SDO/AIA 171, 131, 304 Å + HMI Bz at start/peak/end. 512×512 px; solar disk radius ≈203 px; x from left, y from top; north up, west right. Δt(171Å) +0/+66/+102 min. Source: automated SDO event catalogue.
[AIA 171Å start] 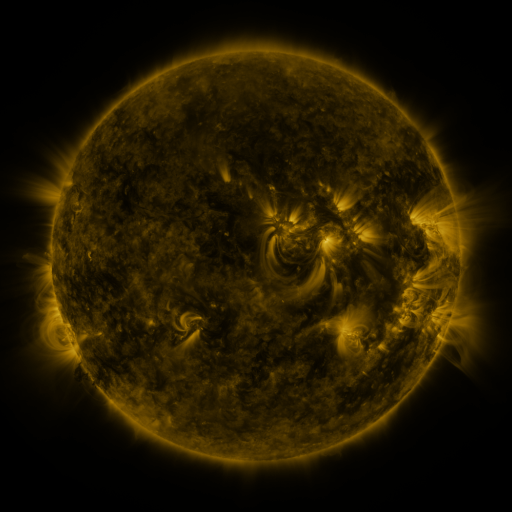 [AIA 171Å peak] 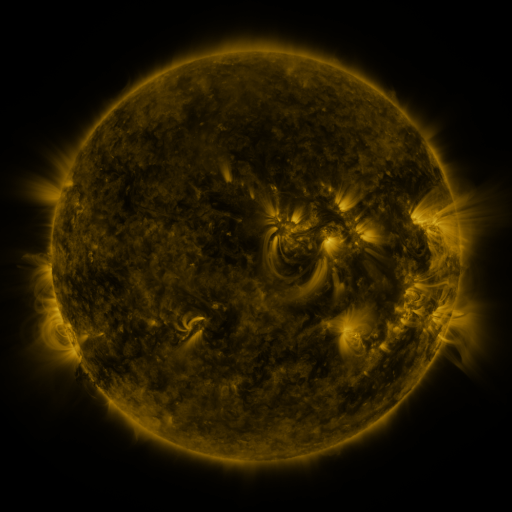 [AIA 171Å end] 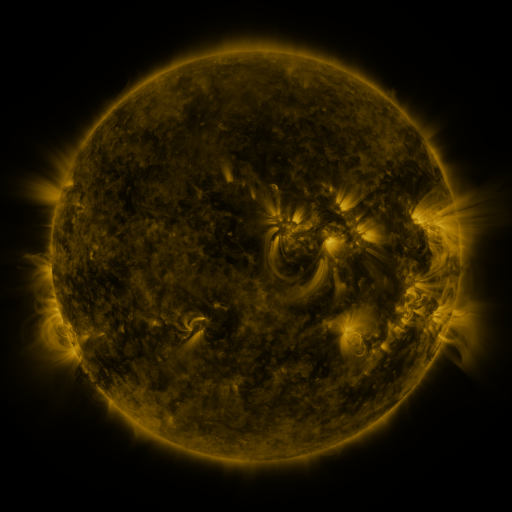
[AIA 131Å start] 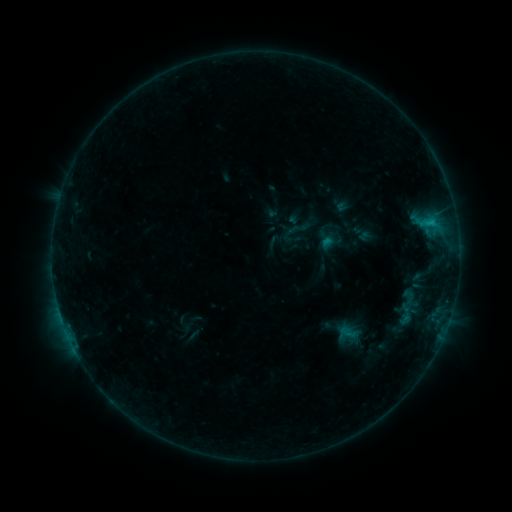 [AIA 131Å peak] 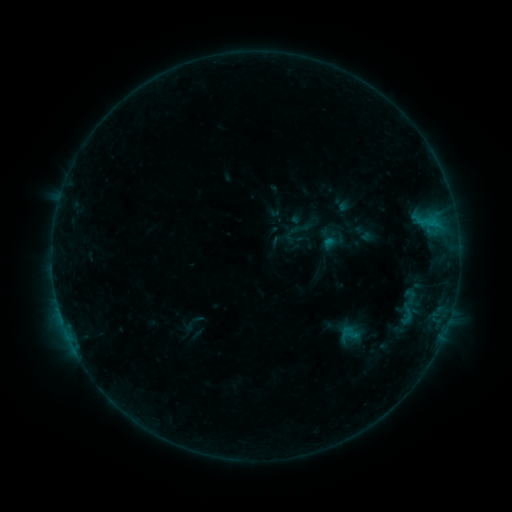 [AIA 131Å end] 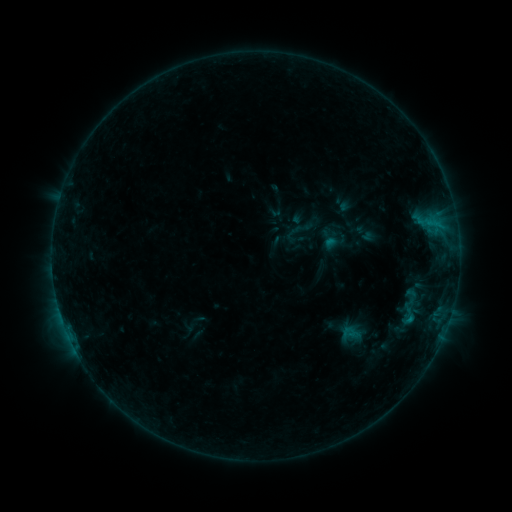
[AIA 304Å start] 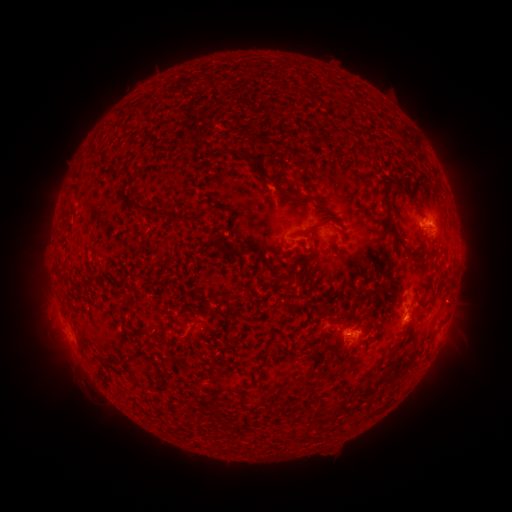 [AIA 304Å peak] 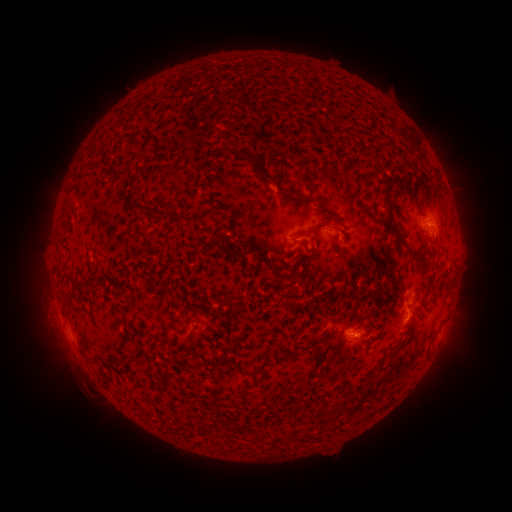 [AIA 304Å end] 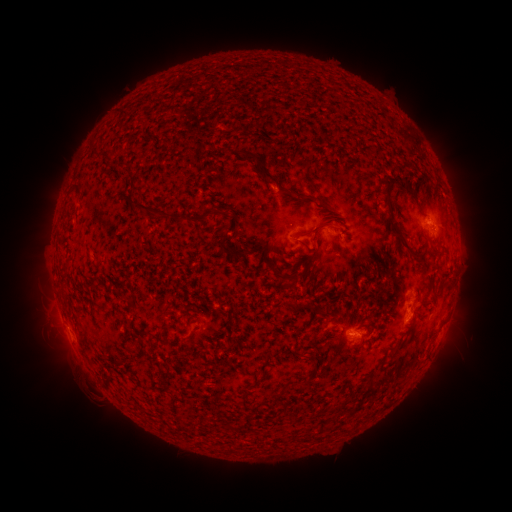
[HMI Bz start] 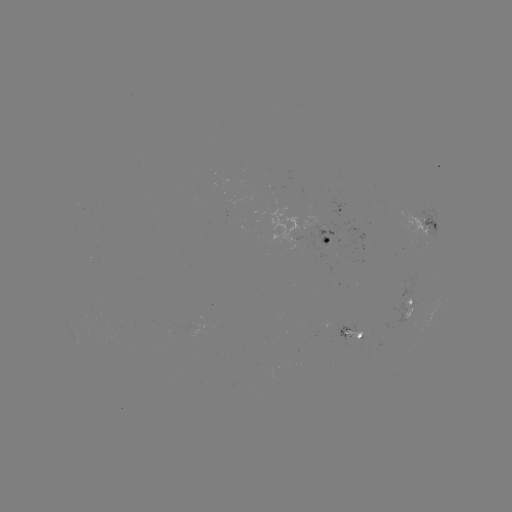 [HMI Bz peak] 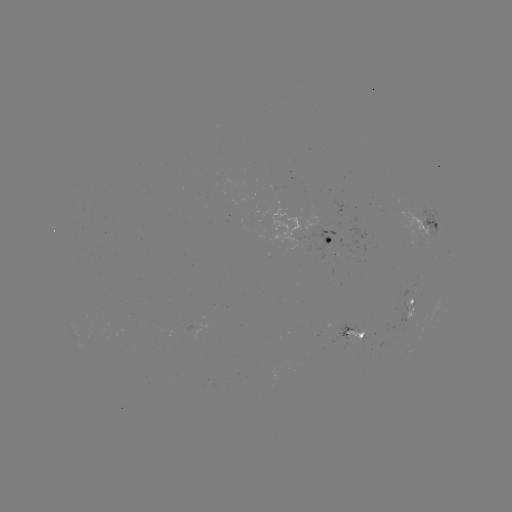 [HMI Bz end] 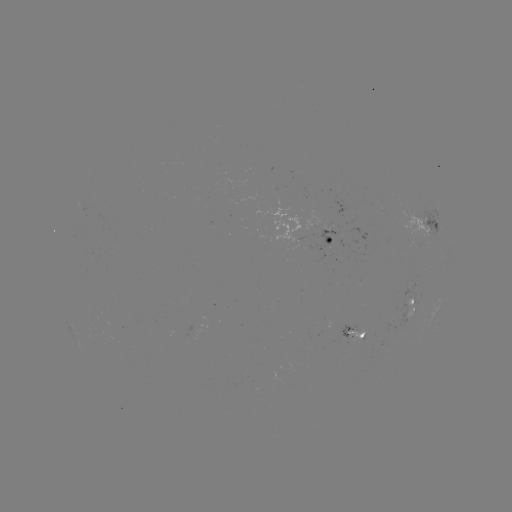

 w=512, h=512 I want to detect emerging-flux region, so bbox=[409, 240, 420, 245].